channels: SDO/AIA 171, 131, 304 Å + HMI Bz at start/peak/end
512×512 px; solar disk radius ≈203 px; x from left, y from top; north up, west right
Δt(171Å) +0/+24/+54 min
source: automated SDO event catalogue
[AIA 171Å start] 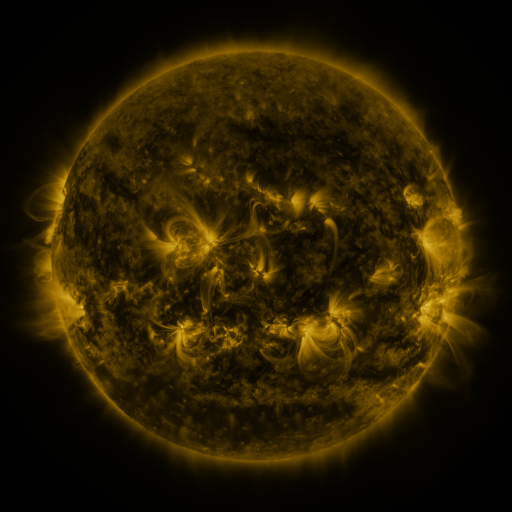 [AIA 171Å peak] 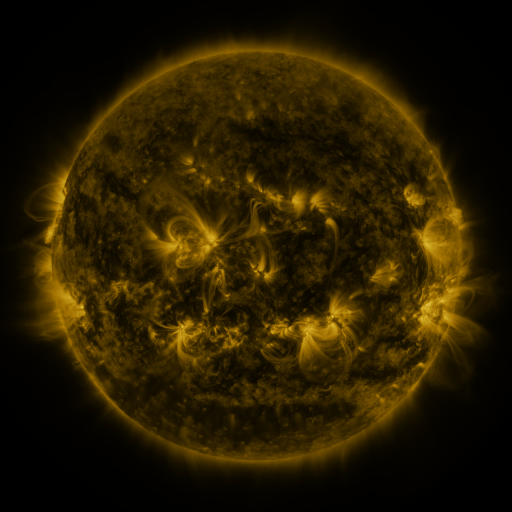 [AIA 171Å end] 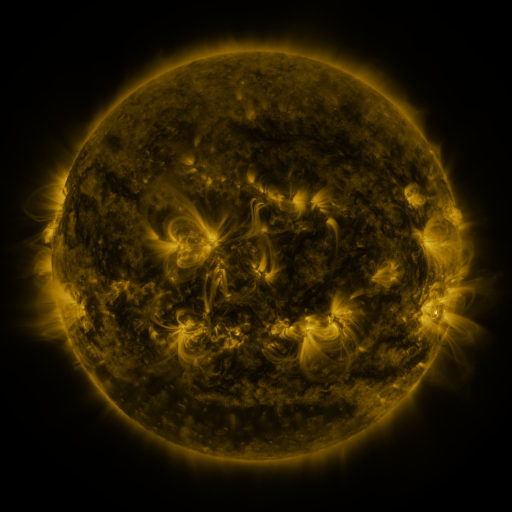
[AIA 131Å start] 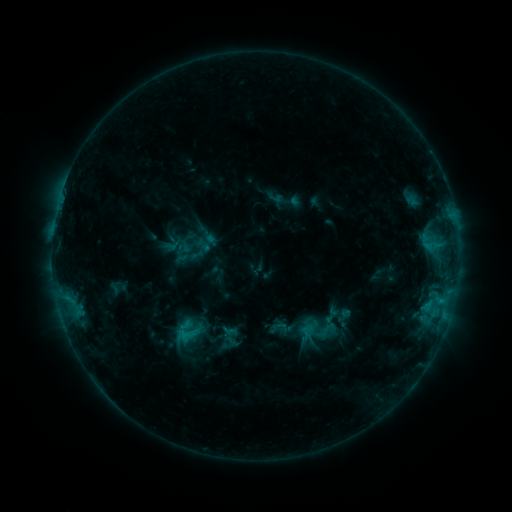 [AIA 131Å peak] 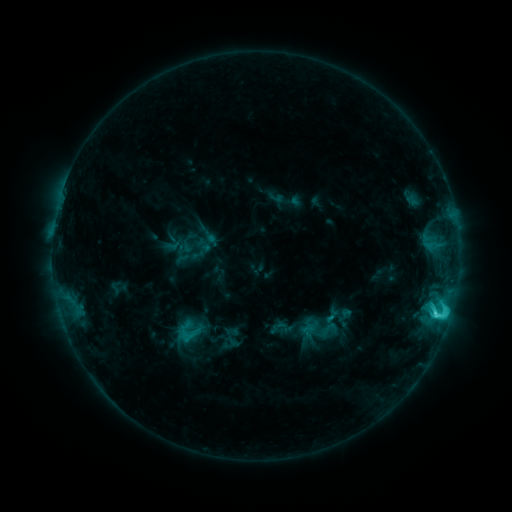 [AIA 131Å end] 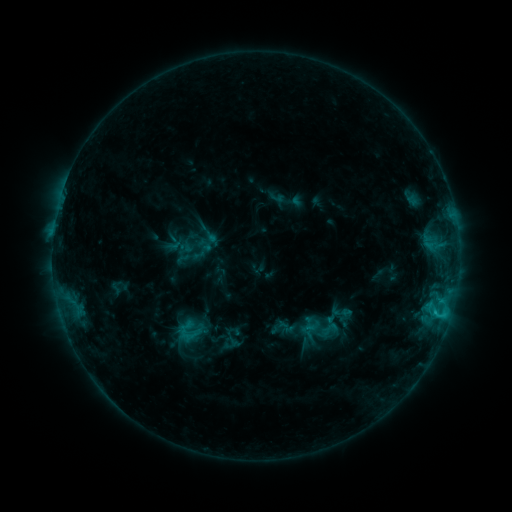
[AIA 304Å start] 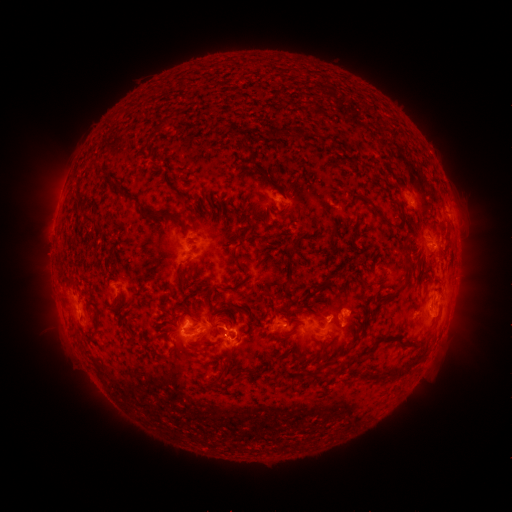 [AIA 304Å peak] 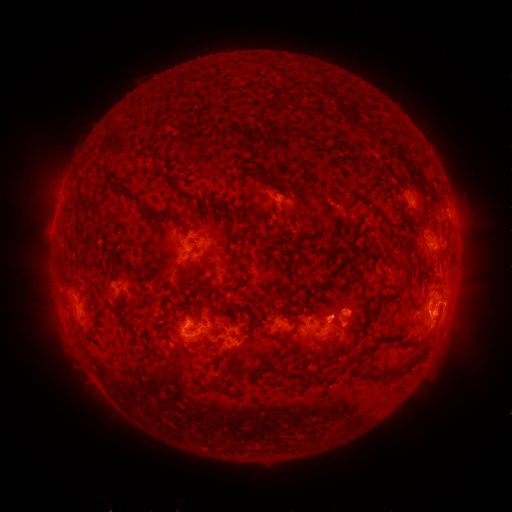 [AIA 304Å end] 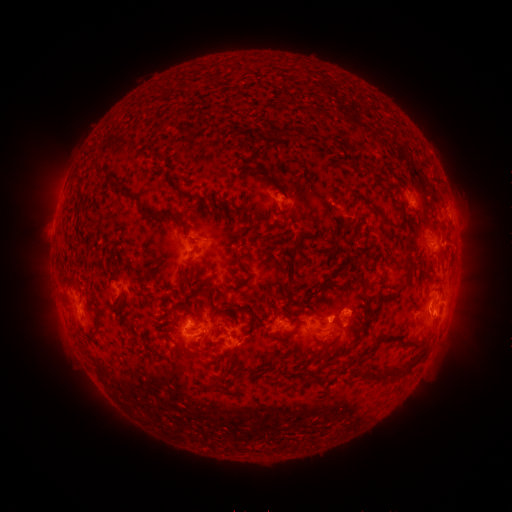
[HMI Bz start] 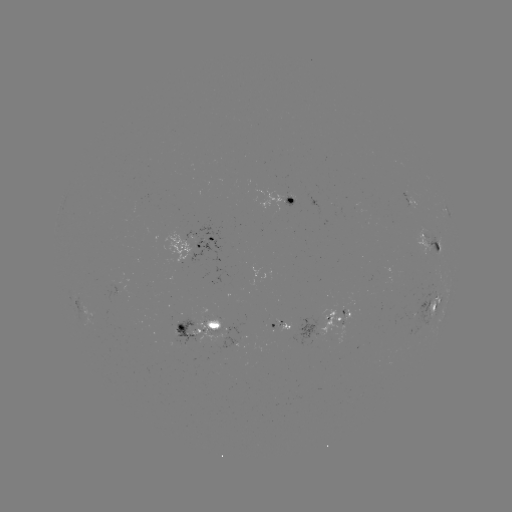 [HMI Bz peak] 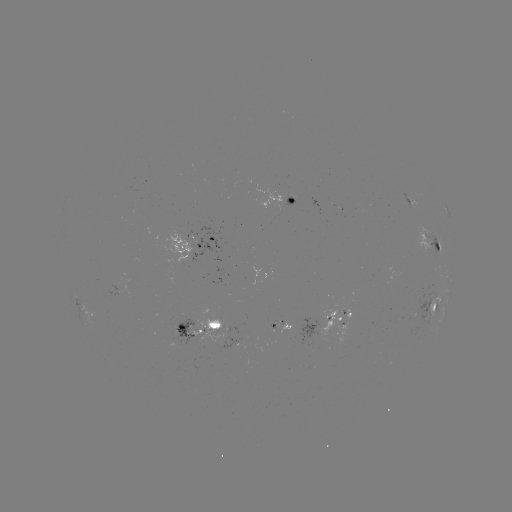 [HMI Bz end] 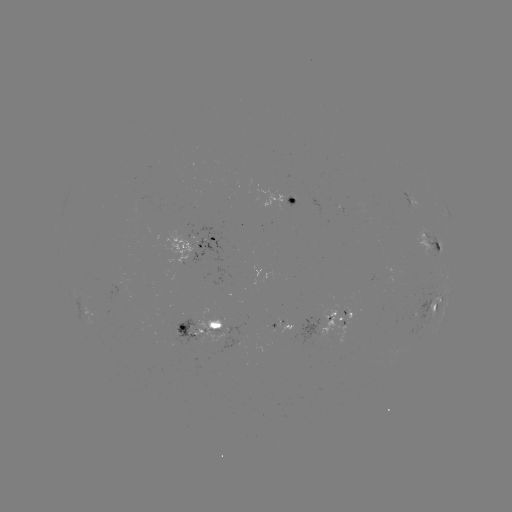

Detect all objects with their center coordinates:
C4.2 flare: (436, 313)
